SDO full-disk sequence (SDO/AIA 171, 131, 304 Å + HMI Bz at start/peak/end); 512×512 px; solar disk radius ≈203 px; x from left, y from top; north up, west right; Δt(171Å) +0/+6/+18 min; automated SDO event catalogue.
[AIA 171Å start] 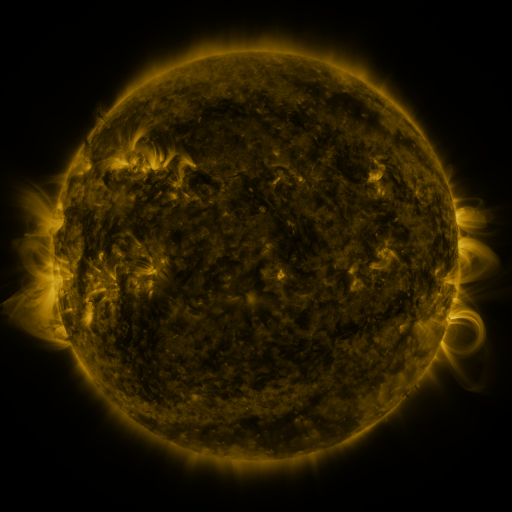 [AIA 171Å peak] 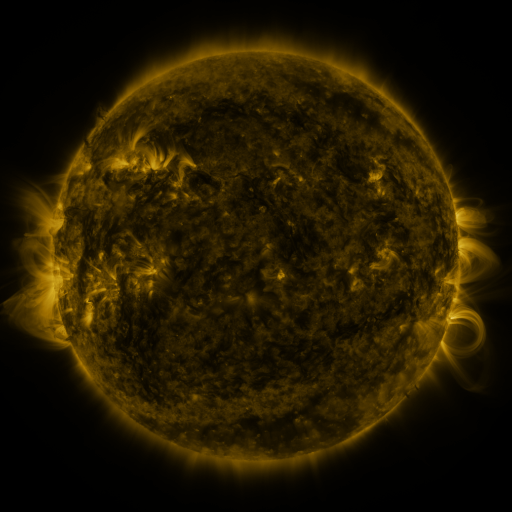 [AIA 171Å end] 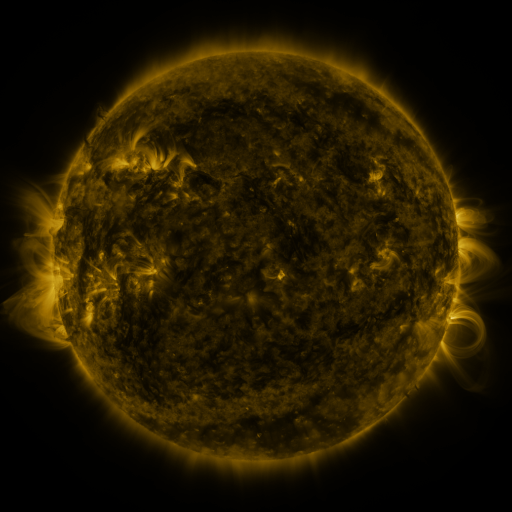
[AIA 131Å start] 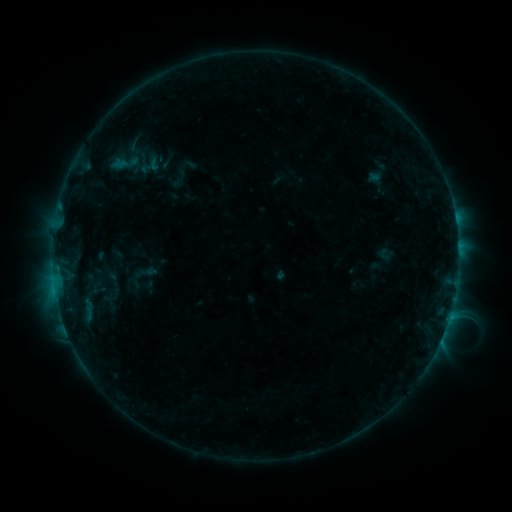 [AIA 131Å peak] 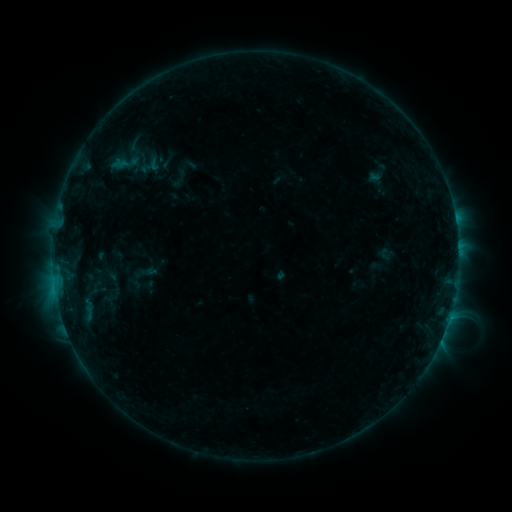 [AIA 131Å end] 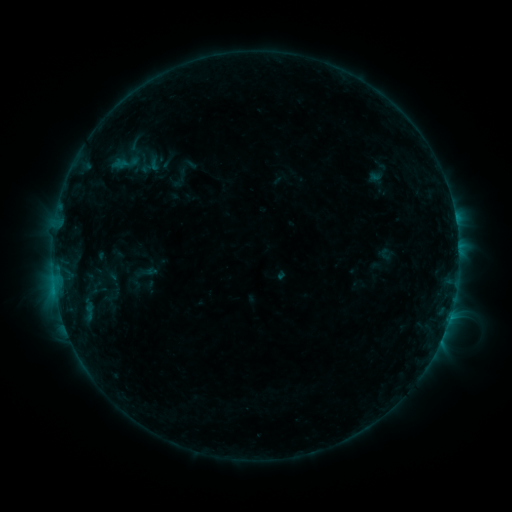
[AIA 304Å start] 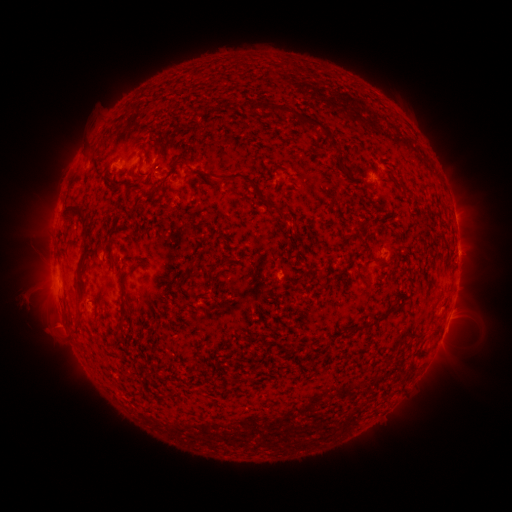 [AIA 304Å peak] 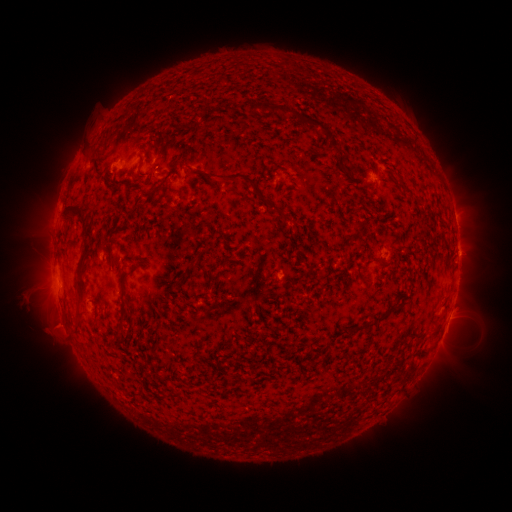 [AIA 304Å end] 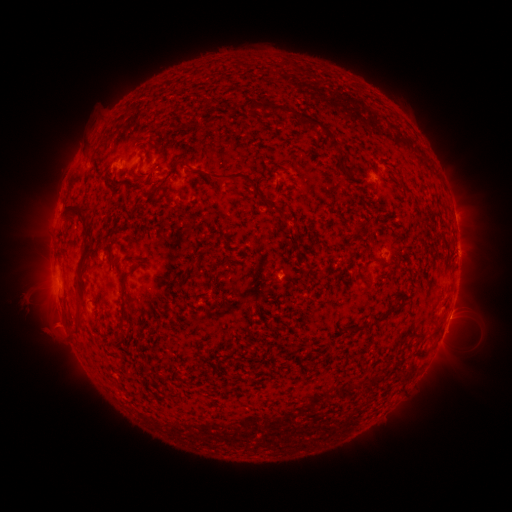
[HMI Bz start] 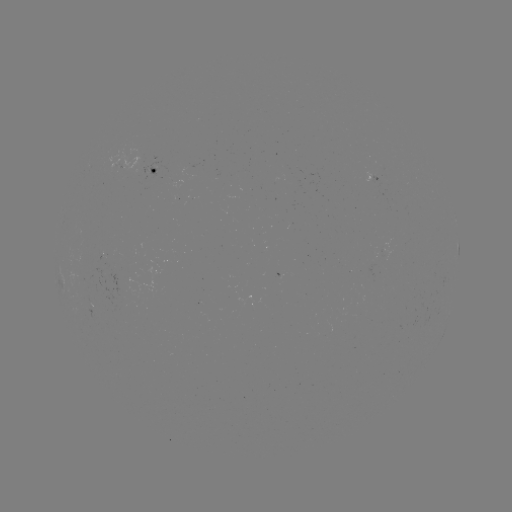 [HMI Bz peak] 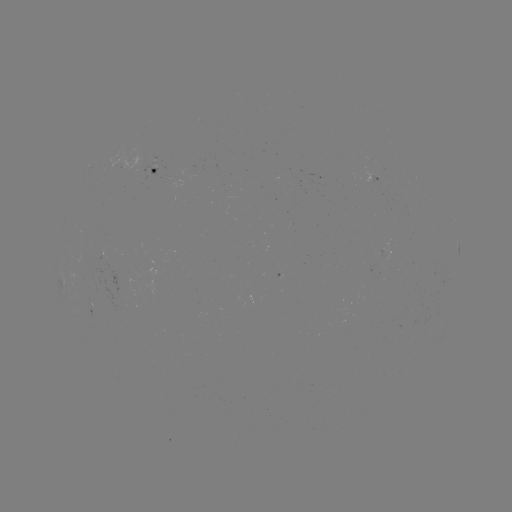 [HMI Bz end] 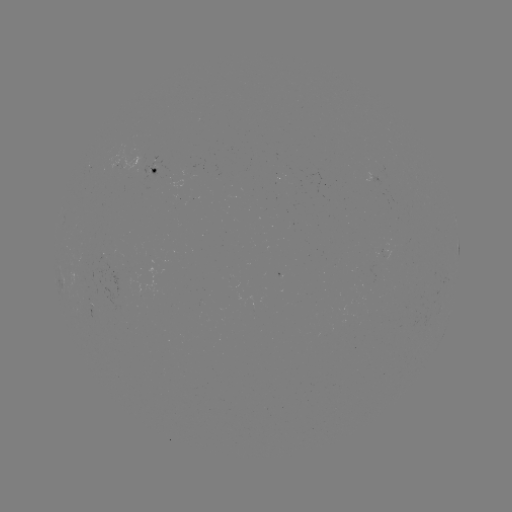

no catalogued flare and no flagged EUV brightening in this window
